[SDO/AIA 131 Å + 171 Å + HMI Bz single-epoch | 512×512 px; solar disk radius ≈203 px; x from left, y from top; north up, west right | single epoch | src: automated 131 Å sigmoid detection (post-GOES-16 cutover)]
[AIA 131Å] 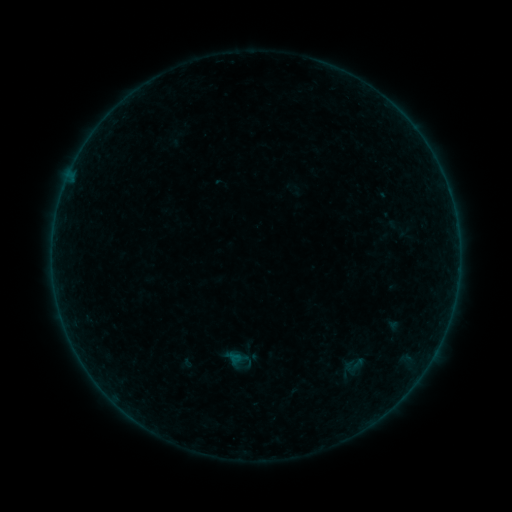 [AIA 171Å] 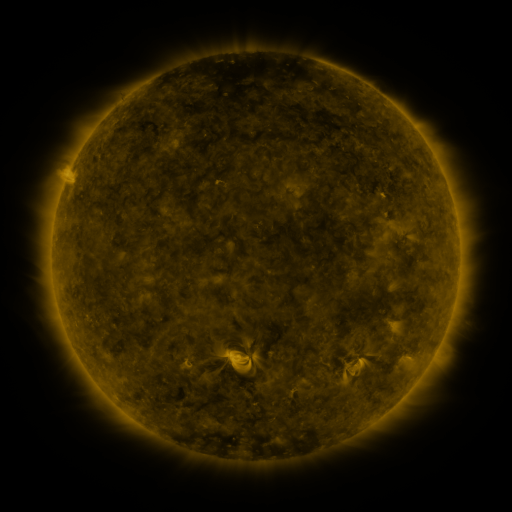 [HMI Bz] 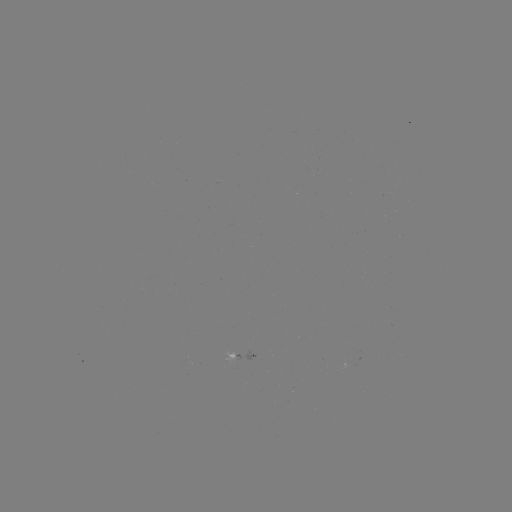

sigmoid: (342, 353, 365, 376)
